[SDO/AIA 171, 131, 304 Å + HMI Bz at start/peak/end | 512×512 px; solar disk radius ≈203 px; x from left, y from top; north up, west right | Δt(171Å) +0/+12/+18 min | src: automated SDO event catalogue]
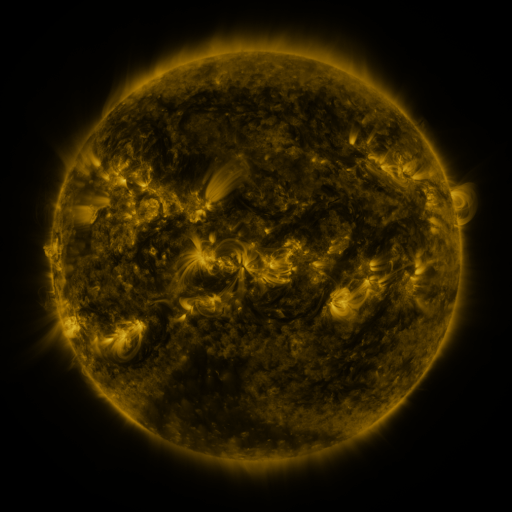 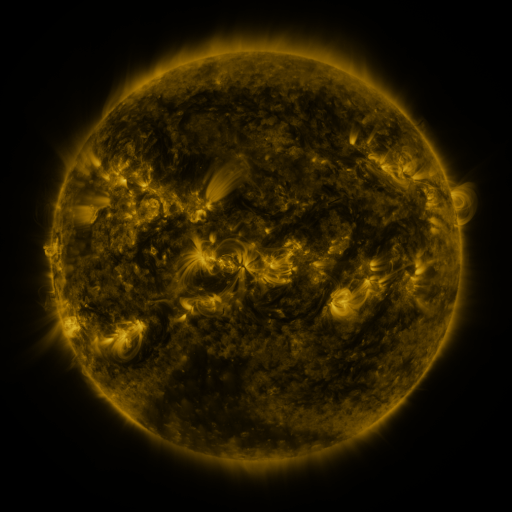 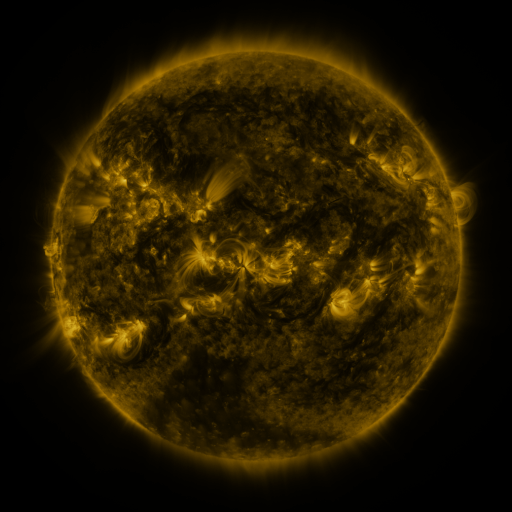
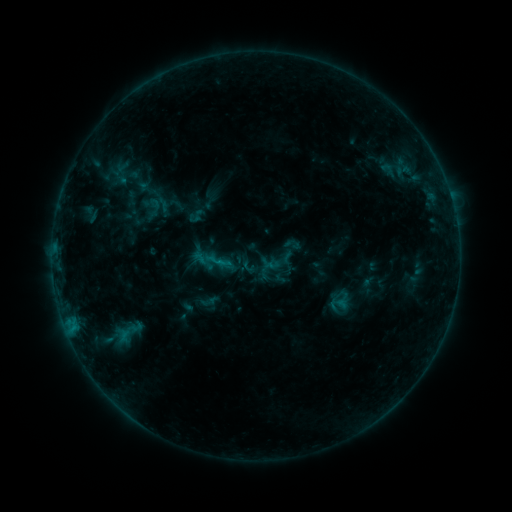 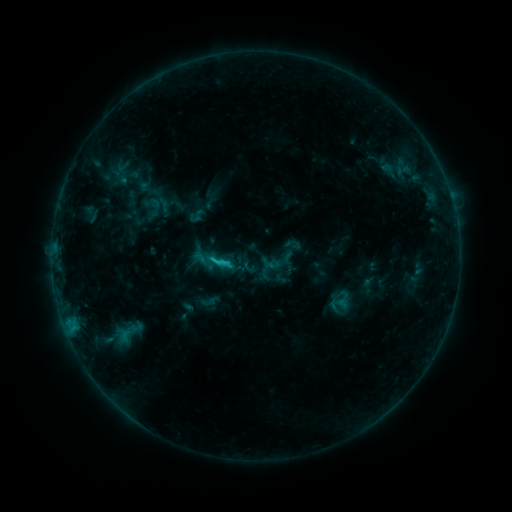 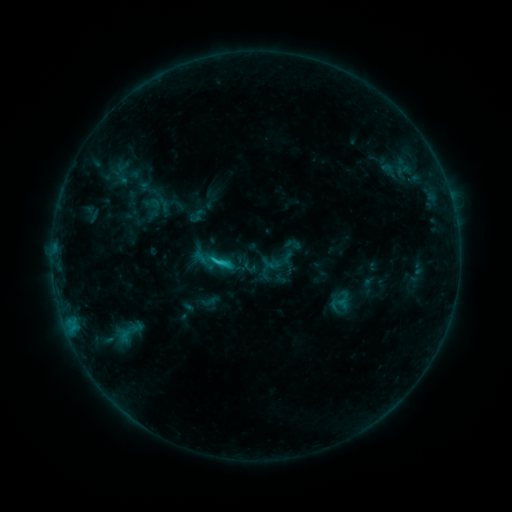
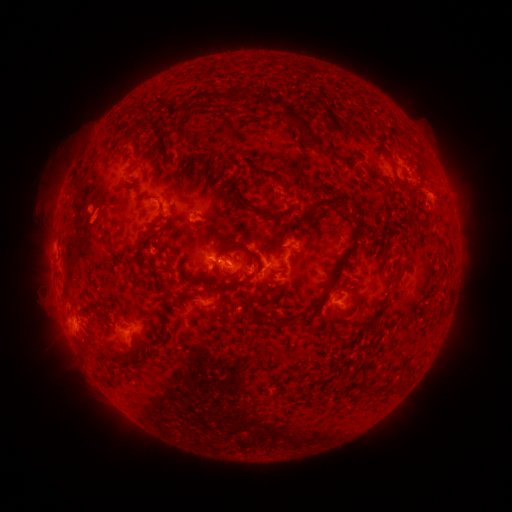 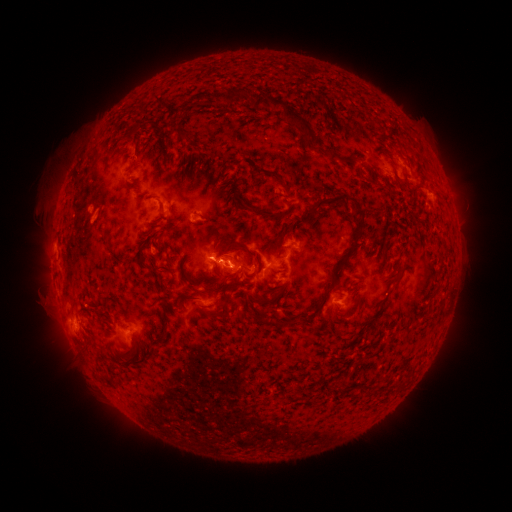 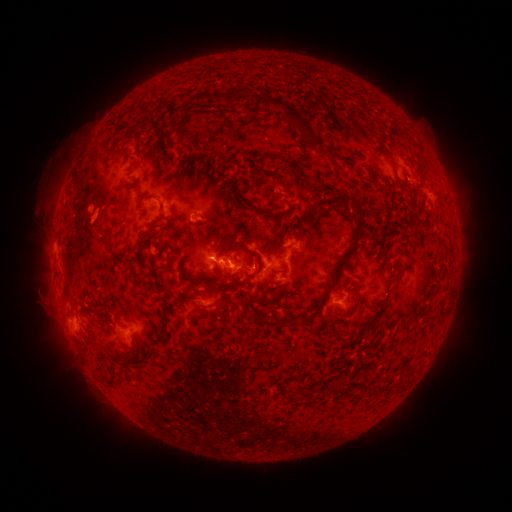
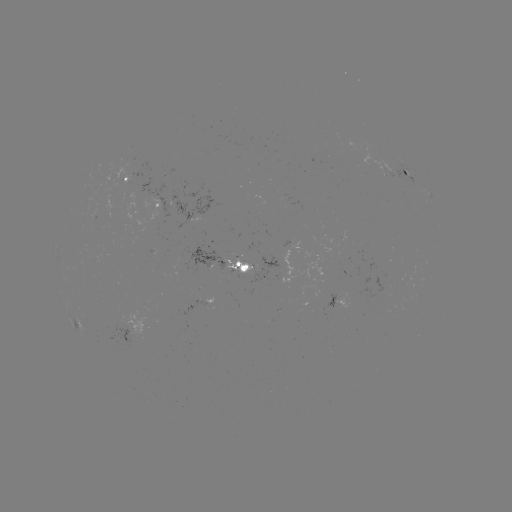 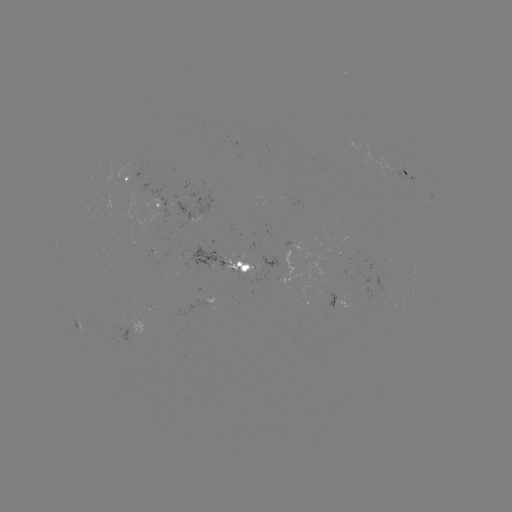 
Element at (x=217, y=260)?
C1.4 flare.